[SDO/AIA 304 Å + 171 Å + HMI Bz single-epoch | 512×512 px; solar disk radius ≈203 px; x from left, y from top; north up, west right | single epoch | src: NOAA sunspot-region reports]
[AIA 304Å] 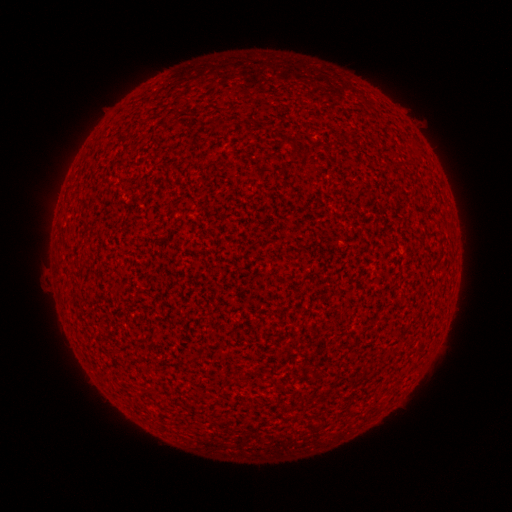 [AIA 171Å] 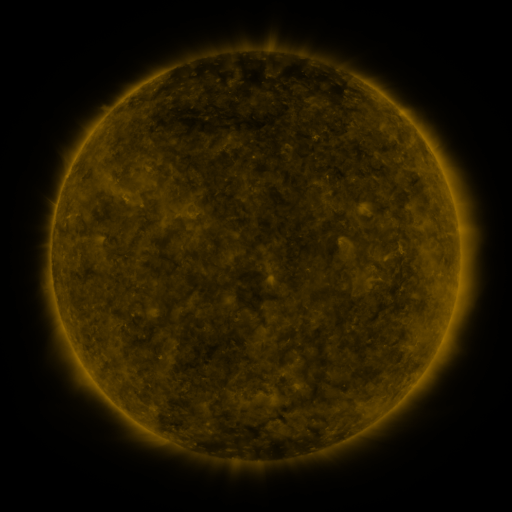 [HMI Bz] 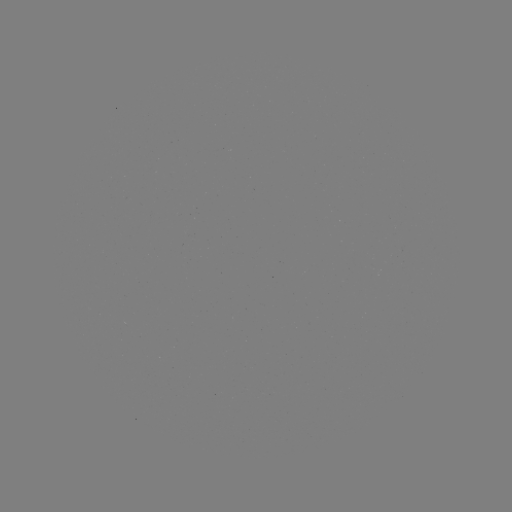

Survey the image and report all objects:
(none)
